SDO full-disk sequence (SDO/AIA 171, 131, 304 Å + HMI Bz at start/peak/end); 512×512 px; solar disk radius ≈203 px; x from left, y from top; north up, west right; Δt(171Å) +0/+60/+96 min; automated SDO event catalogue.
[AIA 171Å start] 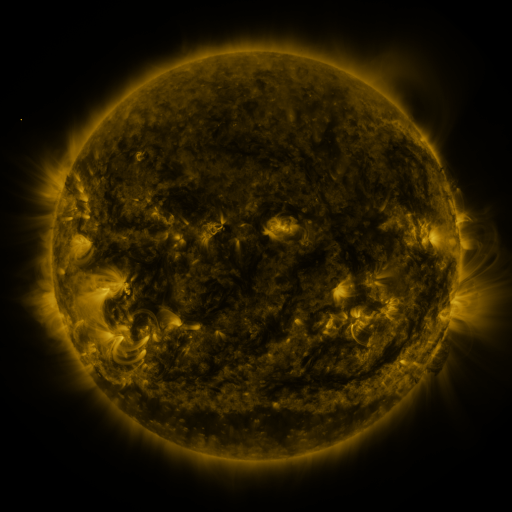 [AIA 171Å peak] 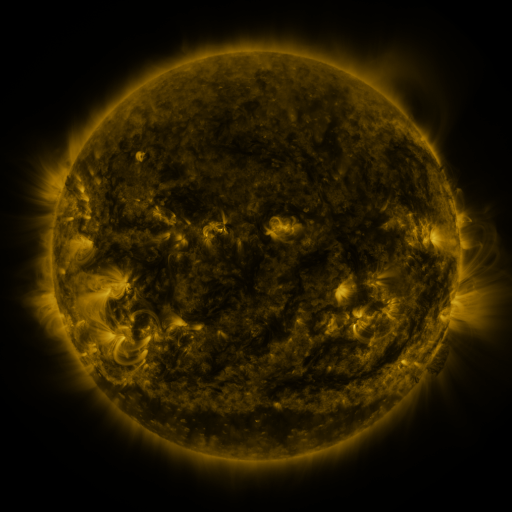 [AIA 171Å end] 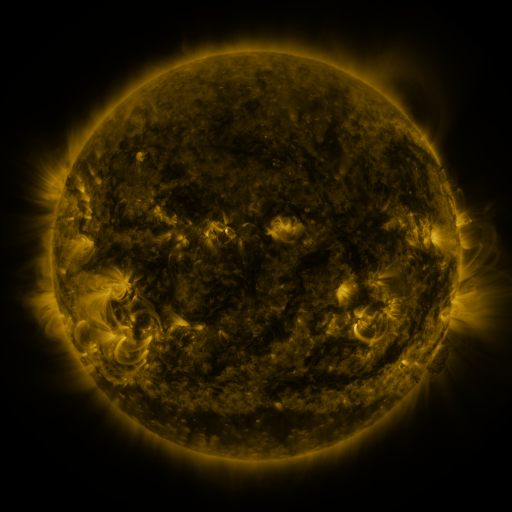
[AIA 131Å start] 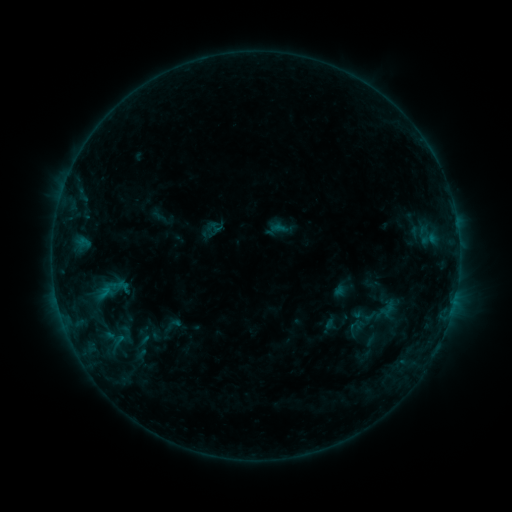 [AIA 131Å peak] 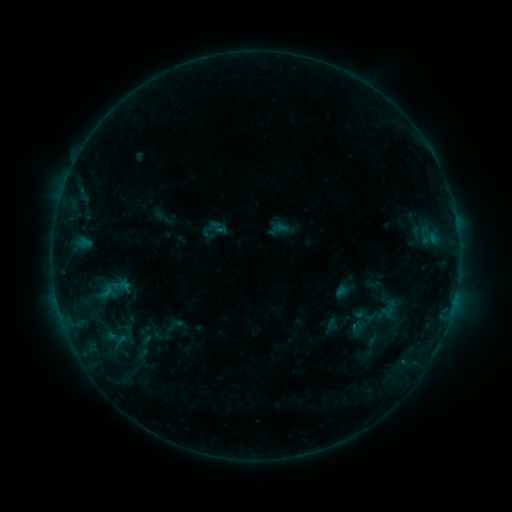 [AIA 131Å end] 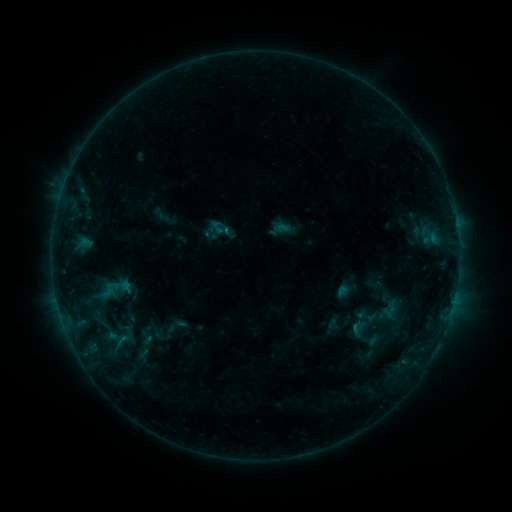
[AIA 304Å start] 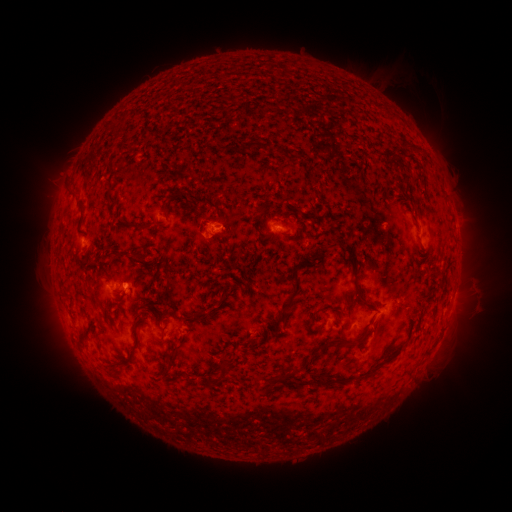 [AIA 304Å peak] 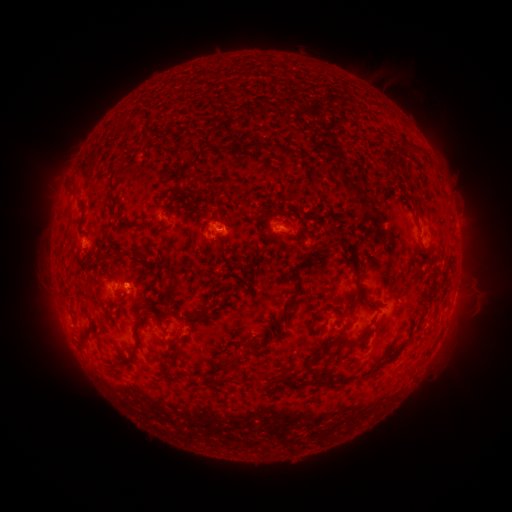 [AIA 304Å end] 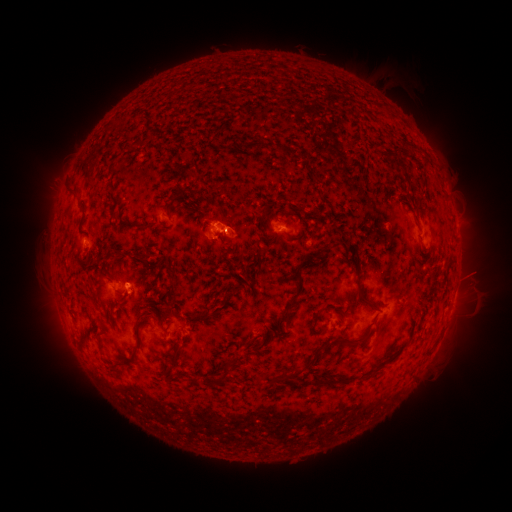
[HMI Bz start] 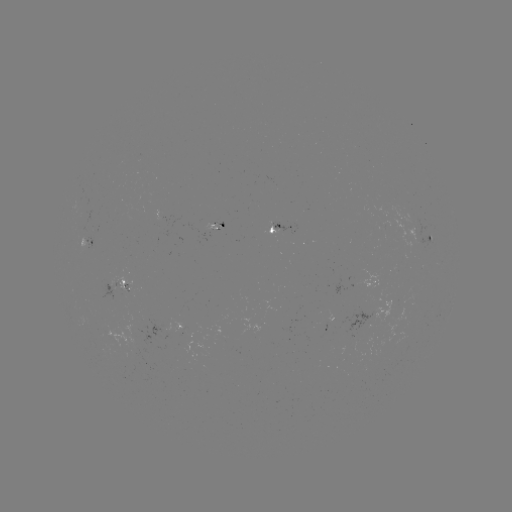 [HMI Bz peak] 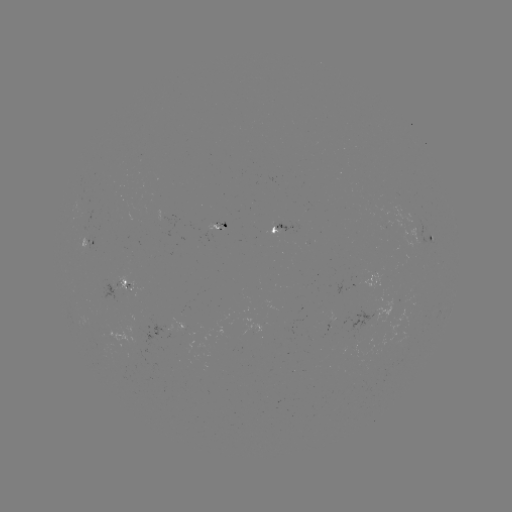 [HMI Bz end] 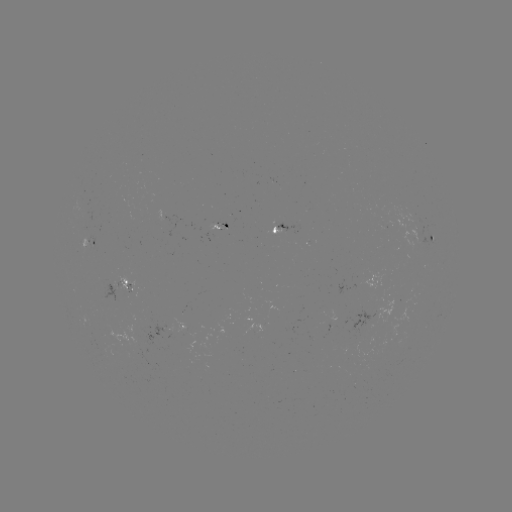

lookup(emerging-flux region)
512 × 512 182,328